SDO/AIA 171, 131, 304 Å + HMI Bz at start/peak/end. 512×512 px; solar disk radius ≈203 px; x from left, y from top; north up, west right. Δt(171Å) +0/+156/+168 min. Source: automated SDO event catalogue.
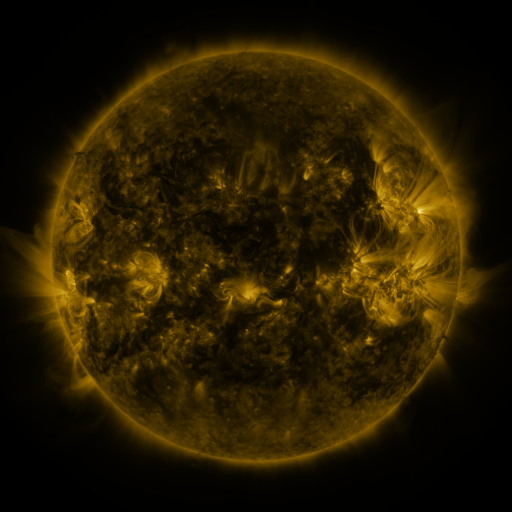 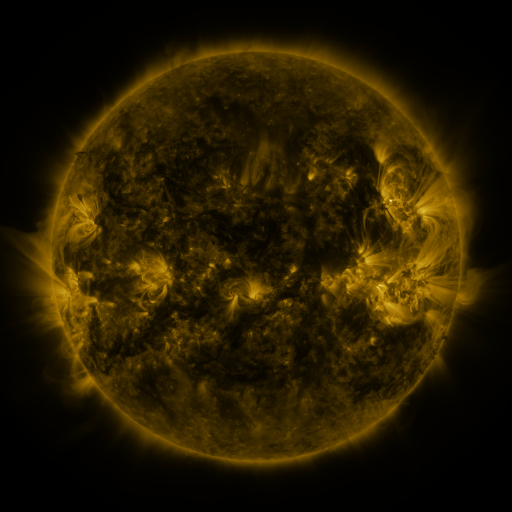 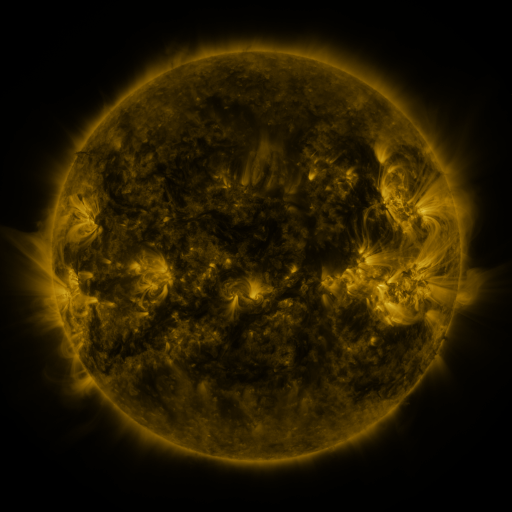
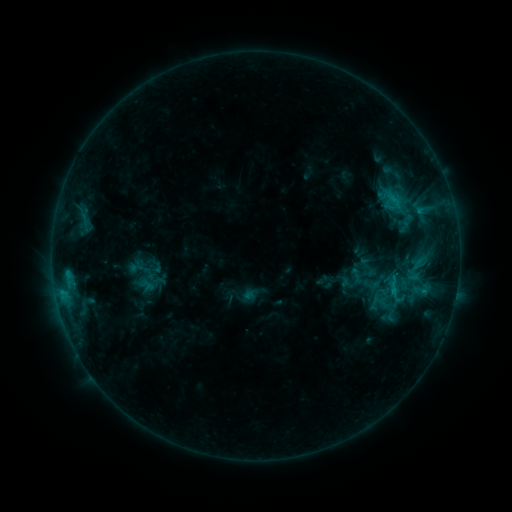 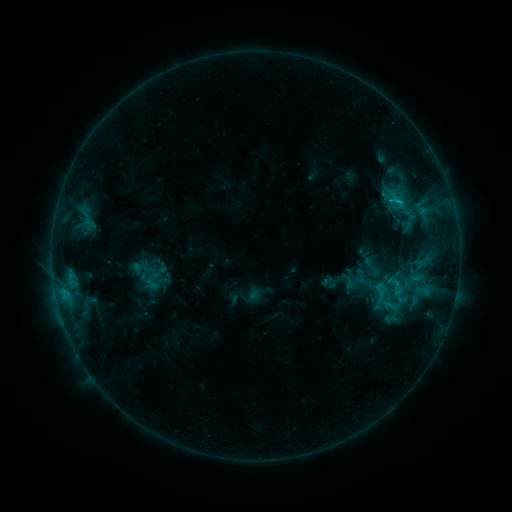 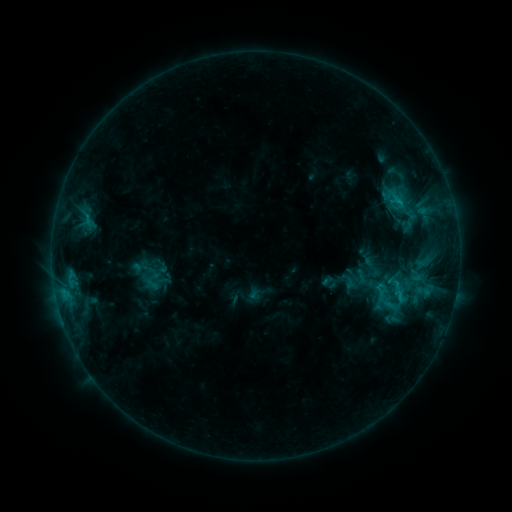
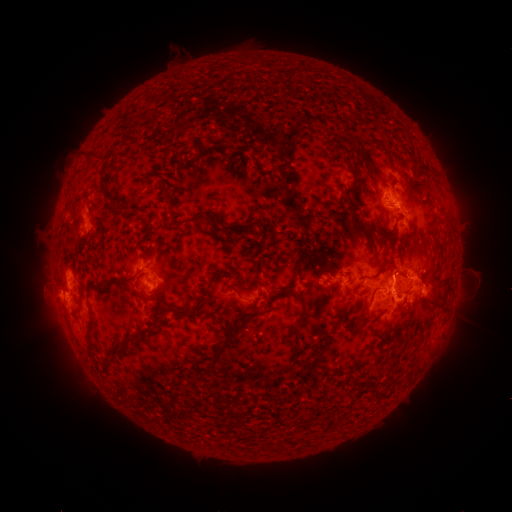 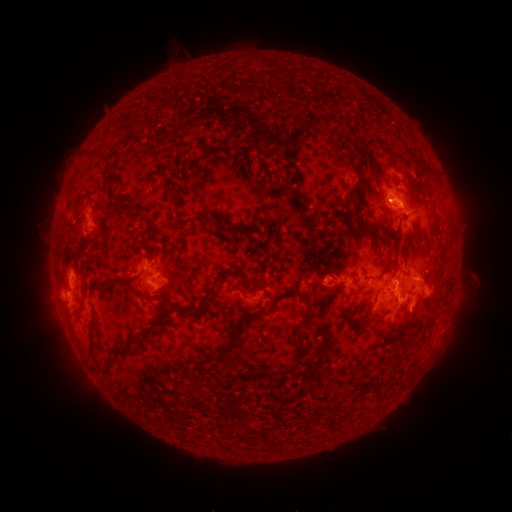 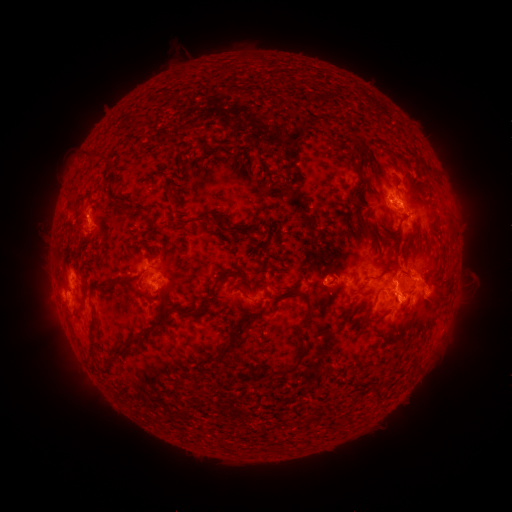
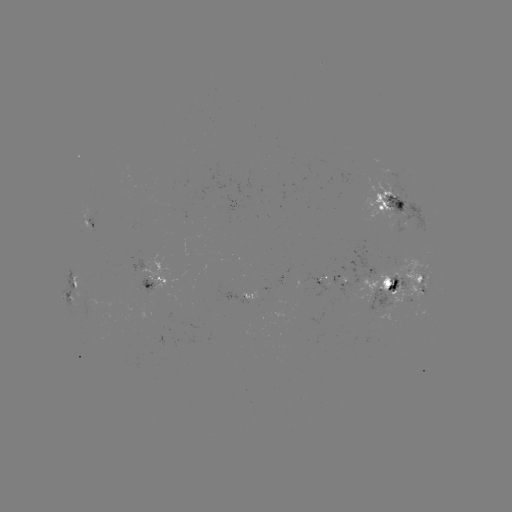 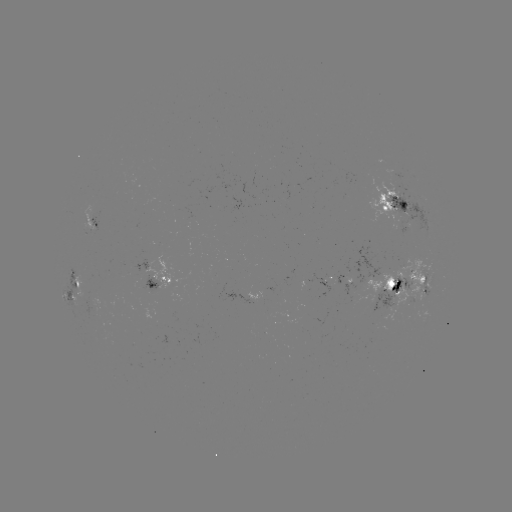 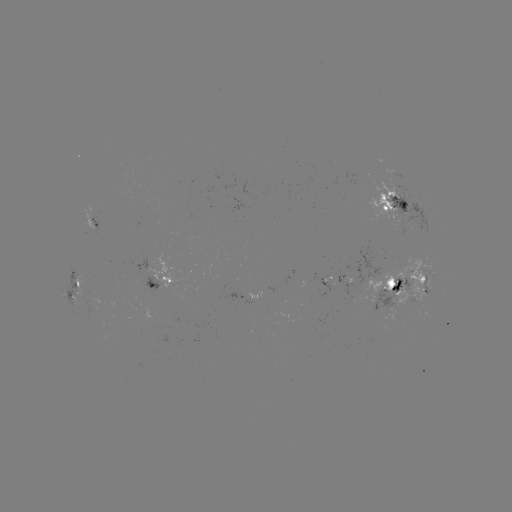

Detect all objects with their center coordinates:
emerging-flux region: (323, 282)
